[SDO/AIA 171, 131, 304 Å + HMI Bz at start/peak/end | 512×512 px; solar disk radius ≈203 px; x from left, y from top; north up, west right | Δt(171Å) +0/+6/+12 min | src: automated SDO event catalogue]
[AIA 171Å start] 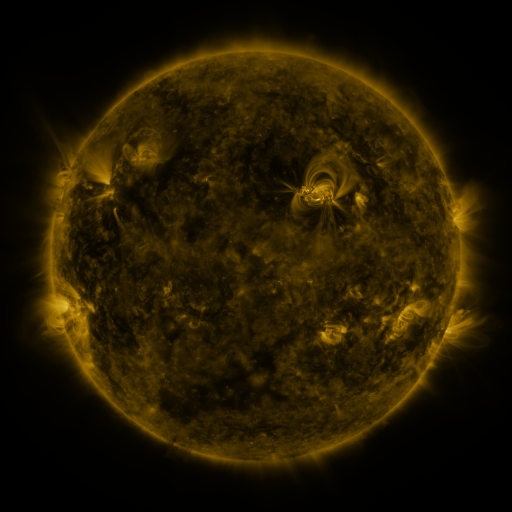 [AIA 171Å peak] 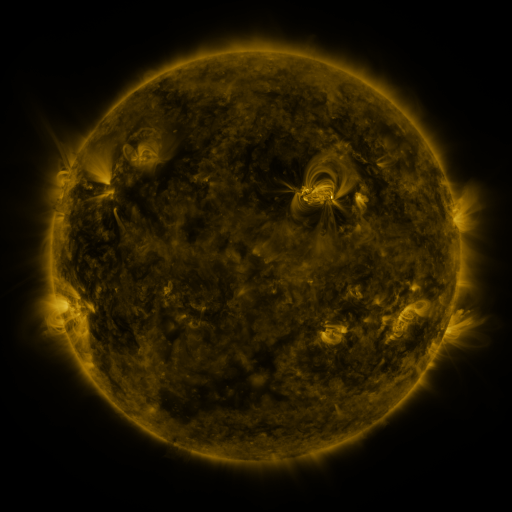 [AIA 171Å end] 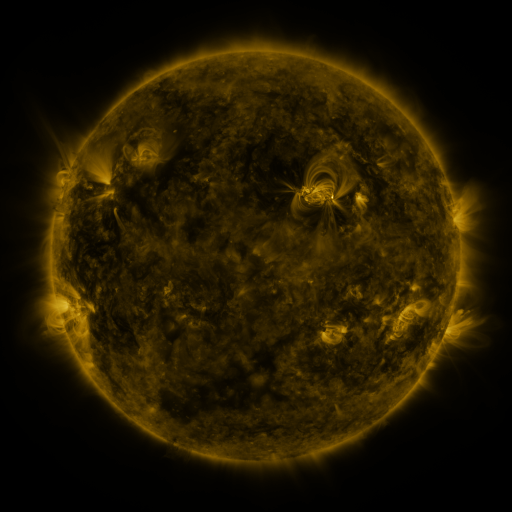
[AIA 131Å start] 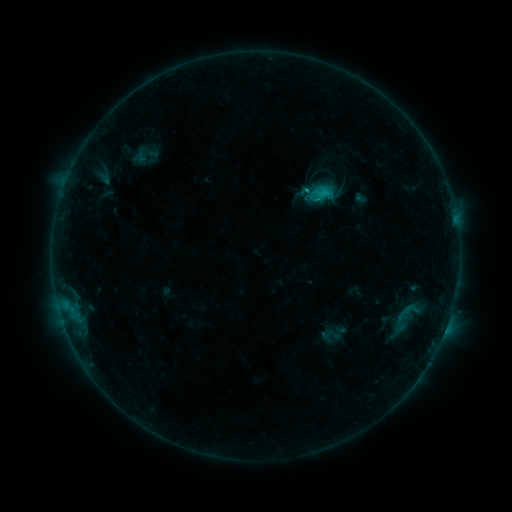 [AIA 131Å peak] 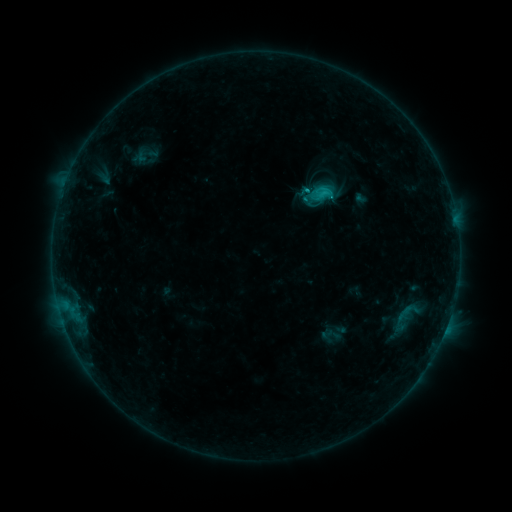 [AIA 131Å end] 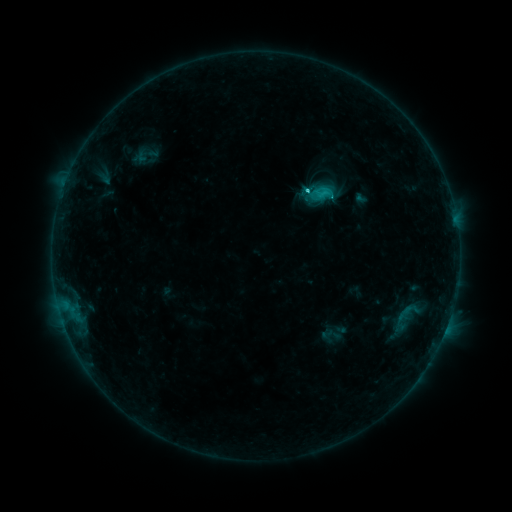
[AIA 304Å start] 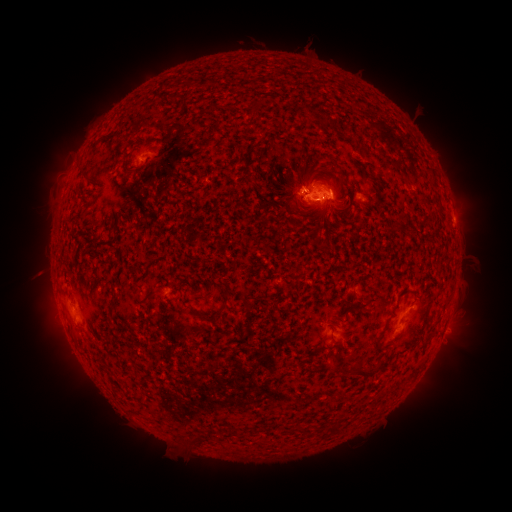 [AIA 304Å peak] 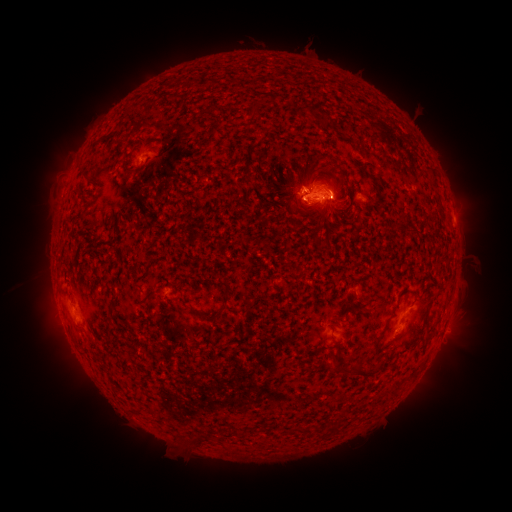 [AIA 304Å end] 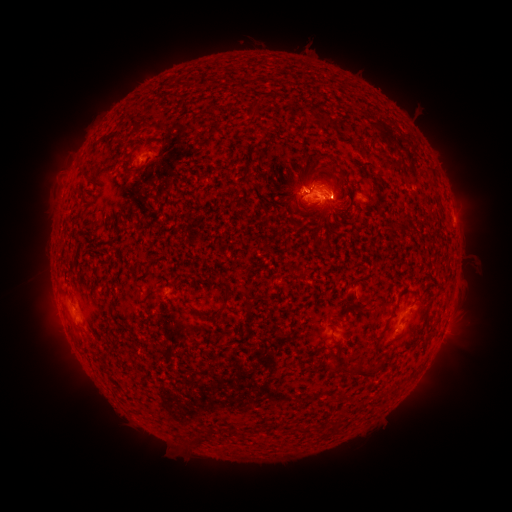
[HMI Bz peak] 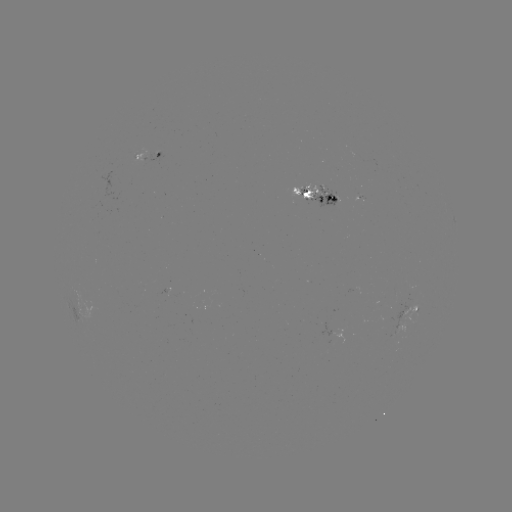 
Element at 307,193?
C2.9 flare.